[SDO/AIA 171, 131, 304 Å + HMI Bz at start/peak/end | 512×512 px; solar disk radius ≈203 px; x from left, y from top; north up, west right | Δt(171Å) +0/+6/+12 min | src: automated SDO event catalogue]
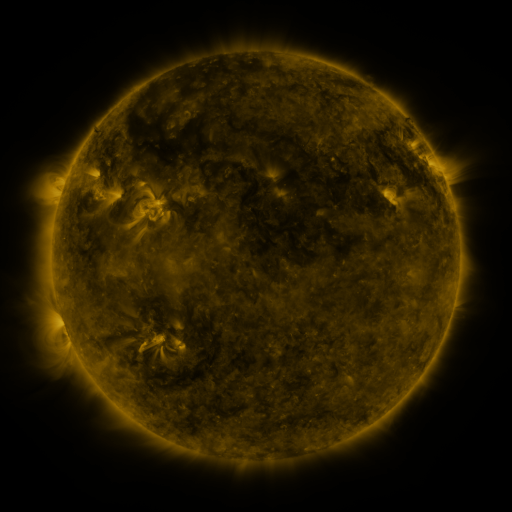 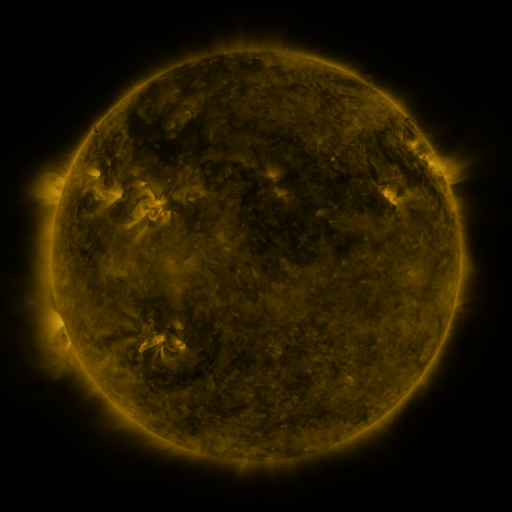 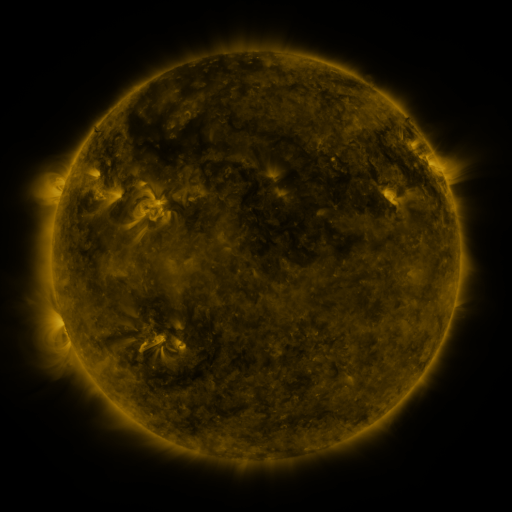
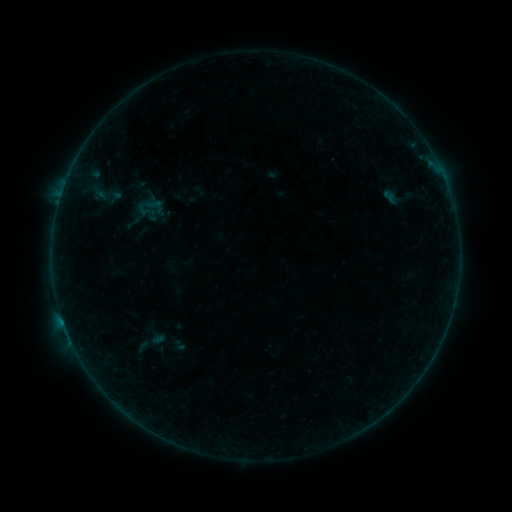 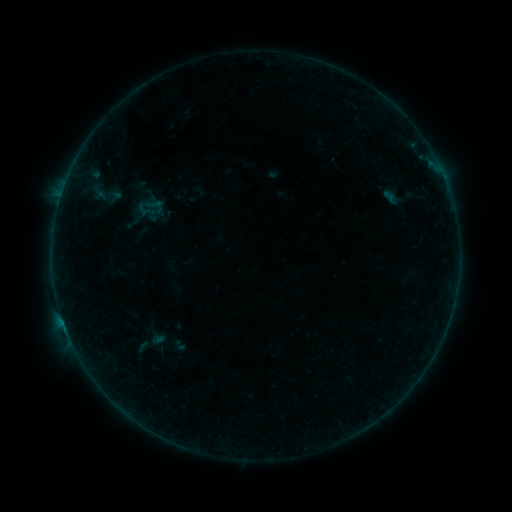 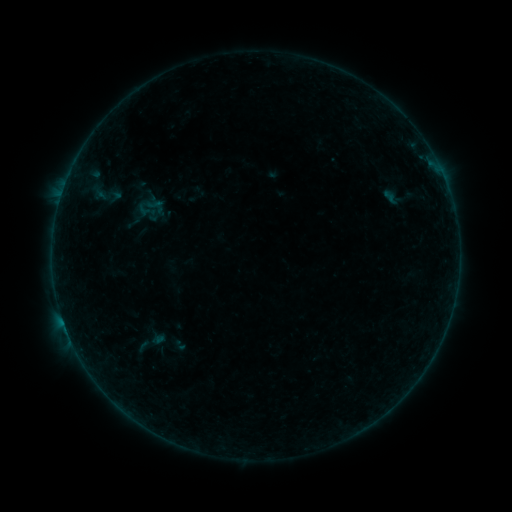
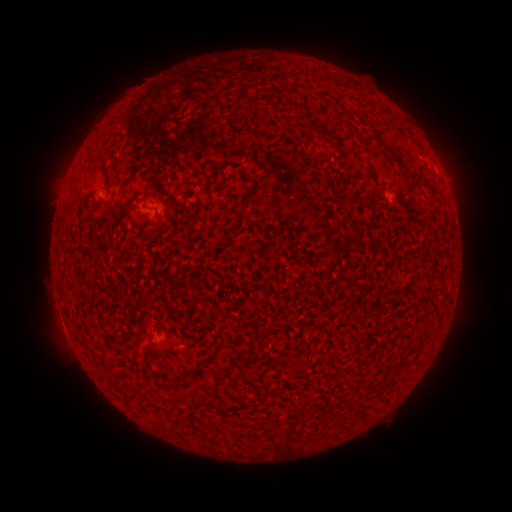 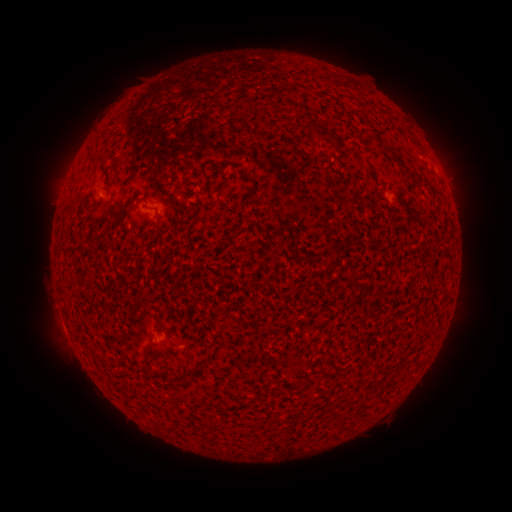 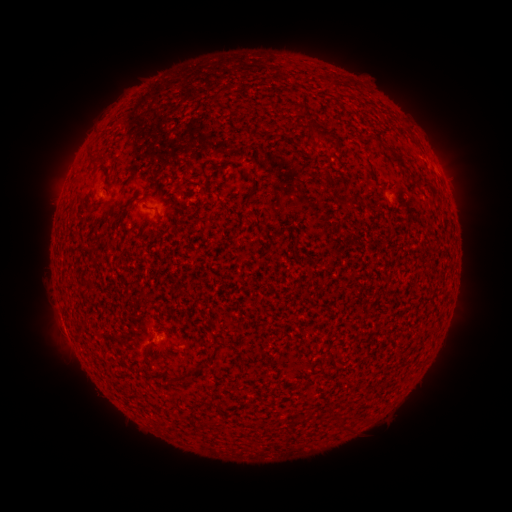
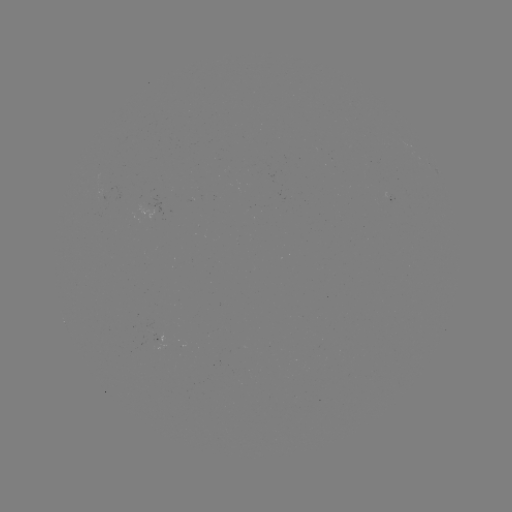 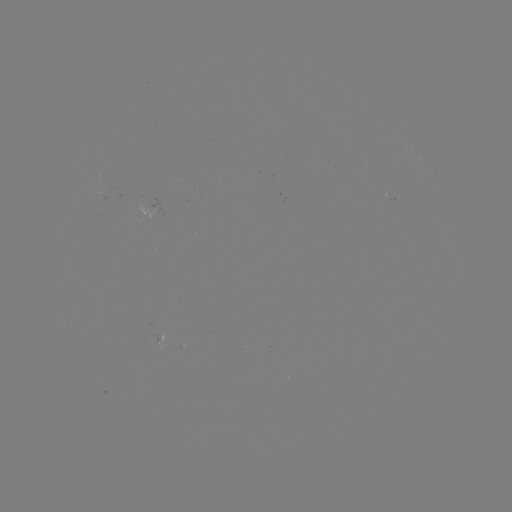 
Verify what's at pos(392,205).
B1.5 flare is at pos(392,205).